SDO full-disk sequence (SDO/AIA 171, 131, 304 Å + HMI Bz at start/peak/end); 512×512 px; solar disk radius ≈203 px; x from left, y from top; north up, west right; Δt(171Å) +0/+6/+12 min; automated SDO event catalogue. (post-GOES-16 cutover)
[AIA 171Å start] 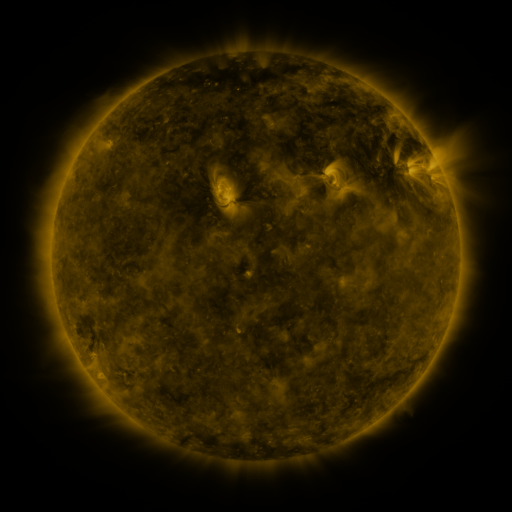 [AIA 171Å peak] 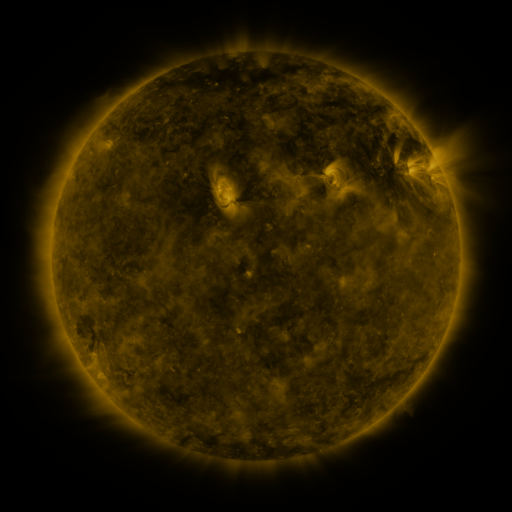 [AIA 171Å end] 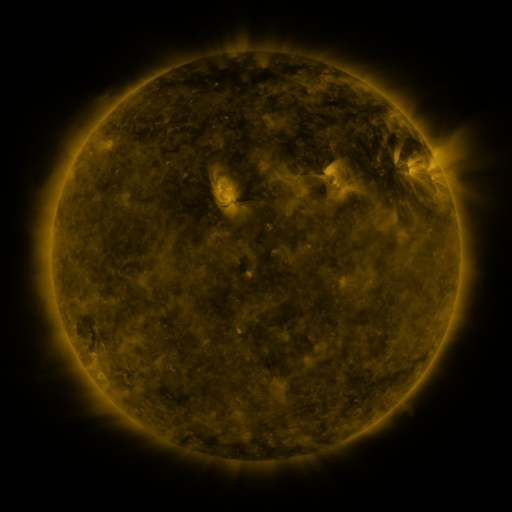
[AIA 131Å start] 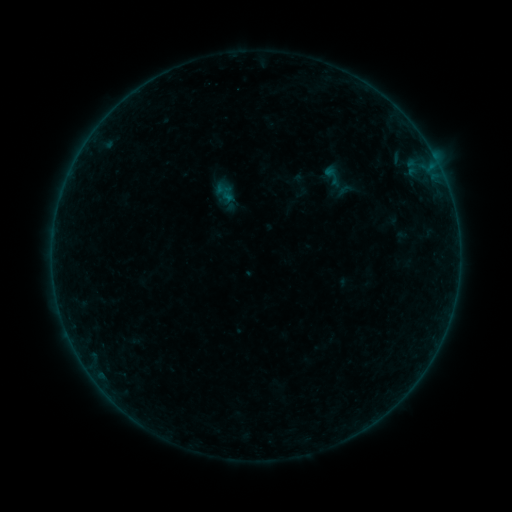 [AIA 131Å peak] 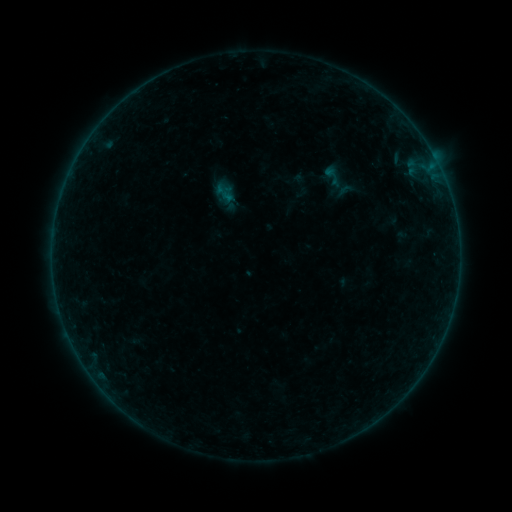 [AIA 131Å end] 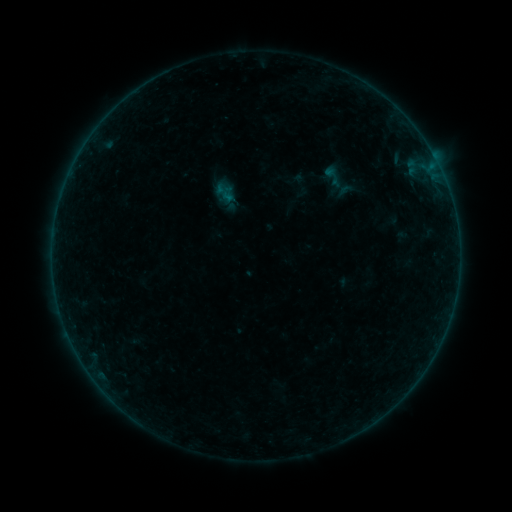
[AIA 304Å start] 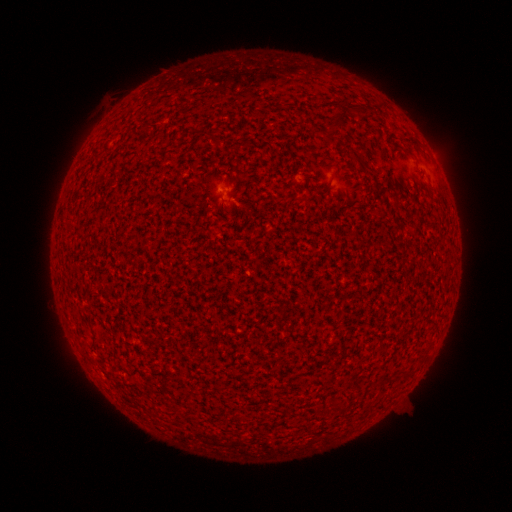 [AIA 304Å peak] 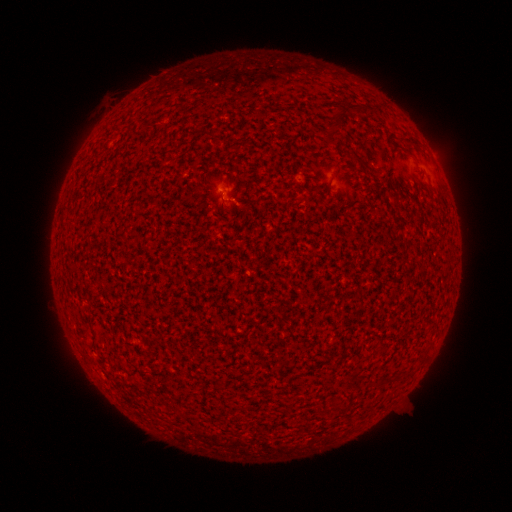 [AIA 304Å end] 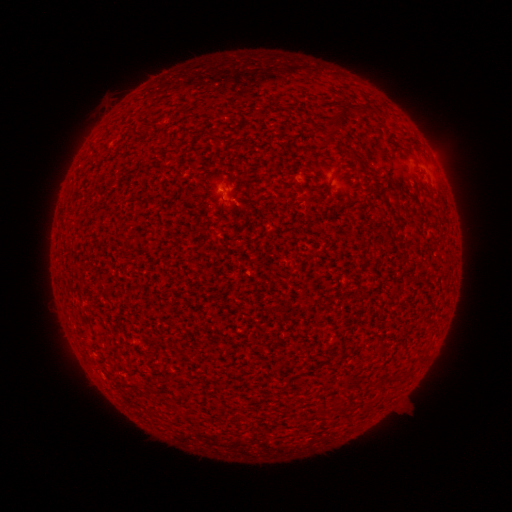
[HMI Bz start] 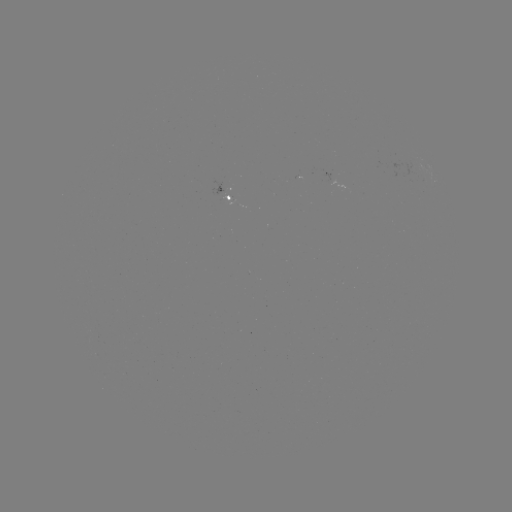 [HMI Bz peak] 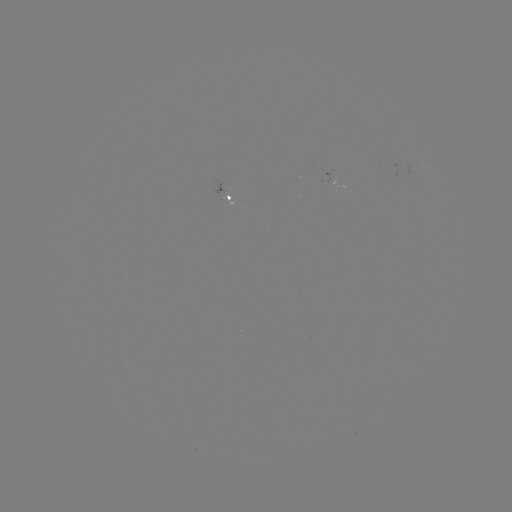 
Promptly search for A4.3 flare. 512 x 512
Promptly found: [223, 193].